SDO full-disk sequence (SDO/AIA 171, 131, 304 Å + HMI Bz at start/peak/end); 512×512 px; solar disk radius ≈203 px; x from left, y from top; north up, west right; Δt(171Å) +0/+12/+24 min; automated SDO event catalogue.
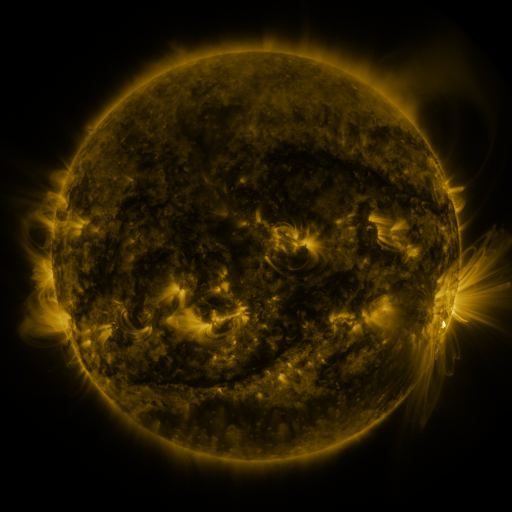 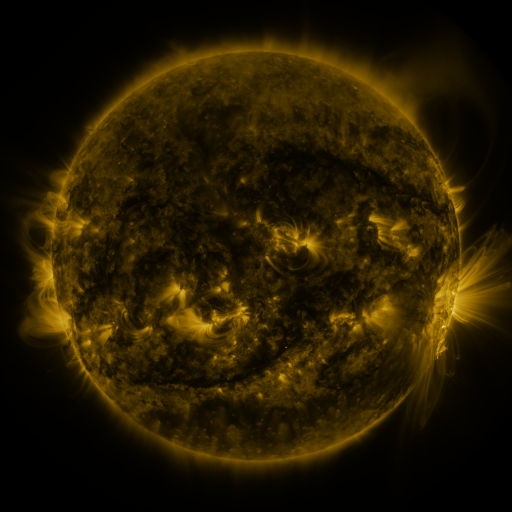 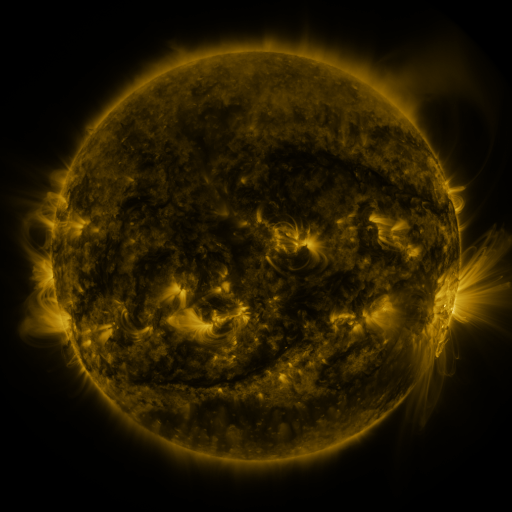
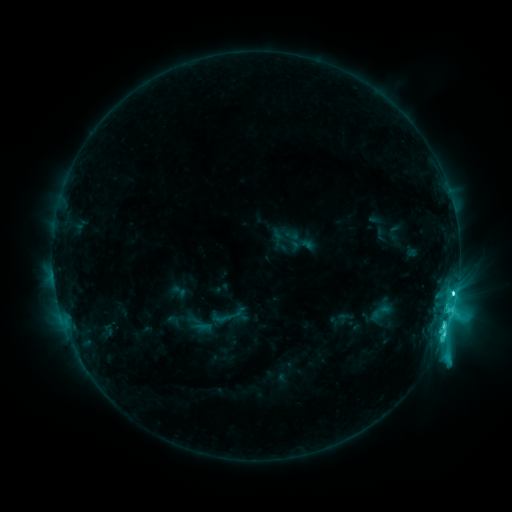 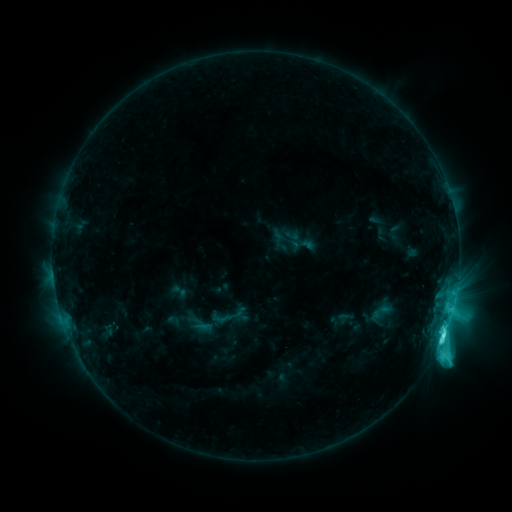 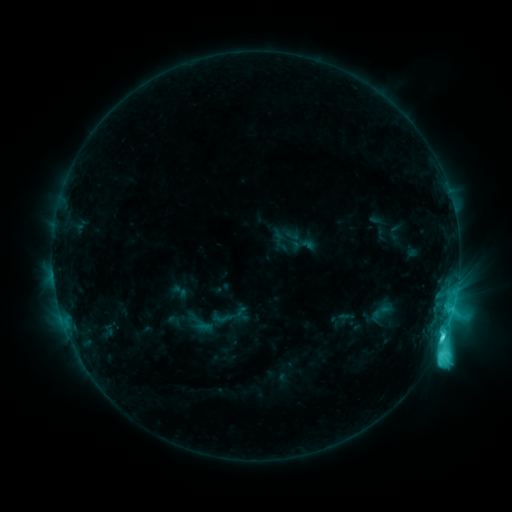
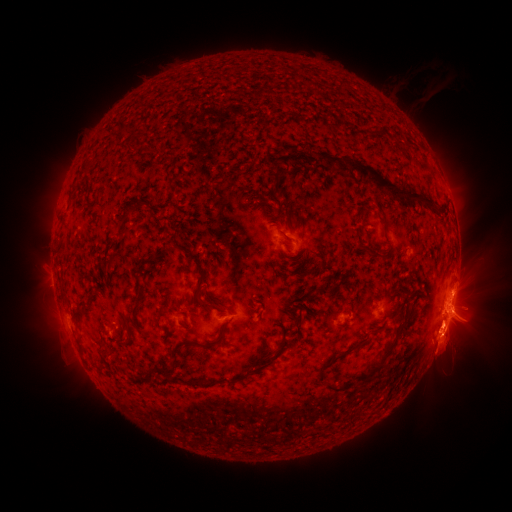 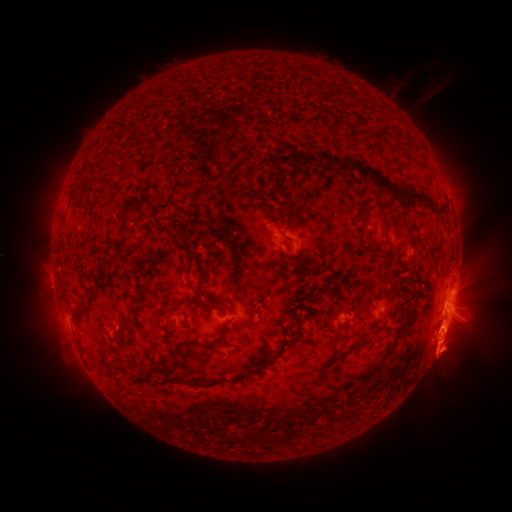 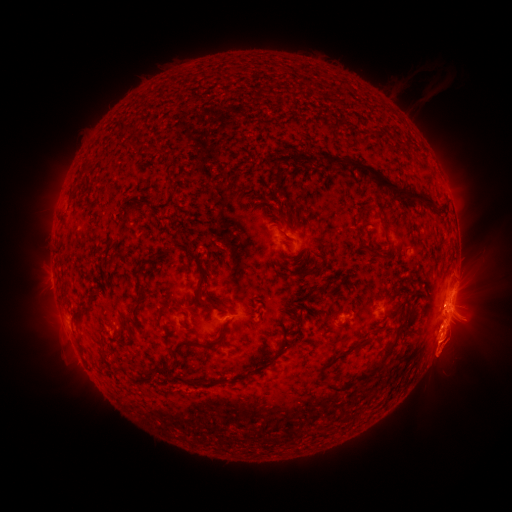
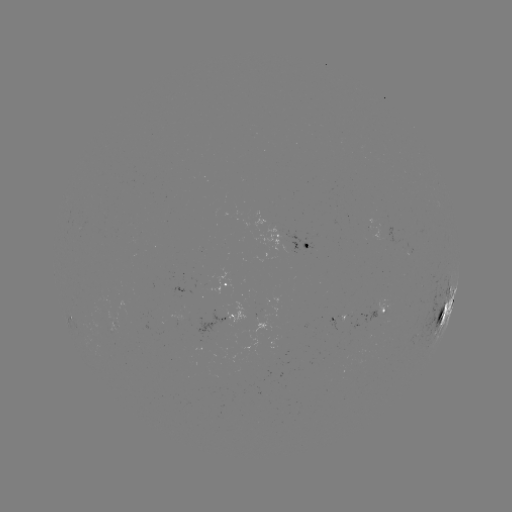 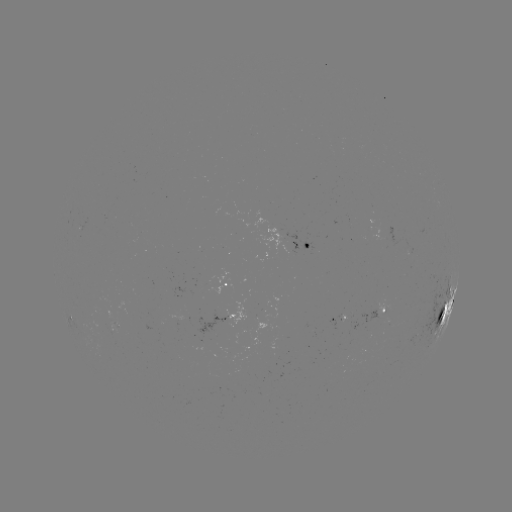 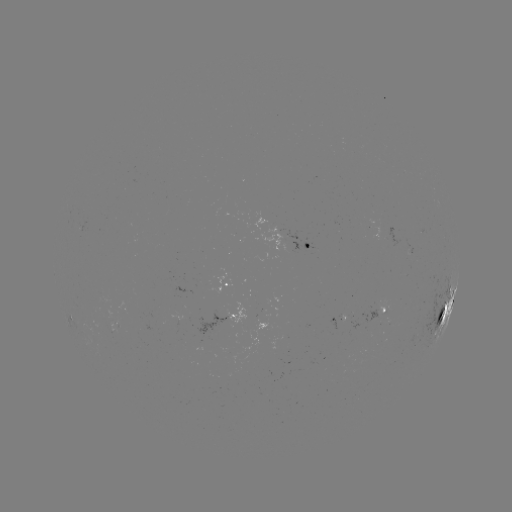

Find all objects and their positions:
eruption: (453, 352)
